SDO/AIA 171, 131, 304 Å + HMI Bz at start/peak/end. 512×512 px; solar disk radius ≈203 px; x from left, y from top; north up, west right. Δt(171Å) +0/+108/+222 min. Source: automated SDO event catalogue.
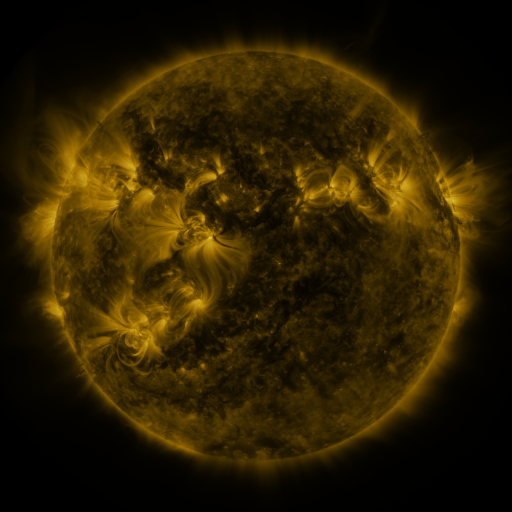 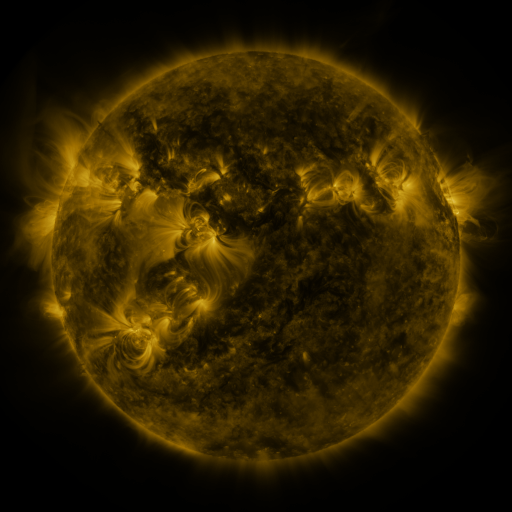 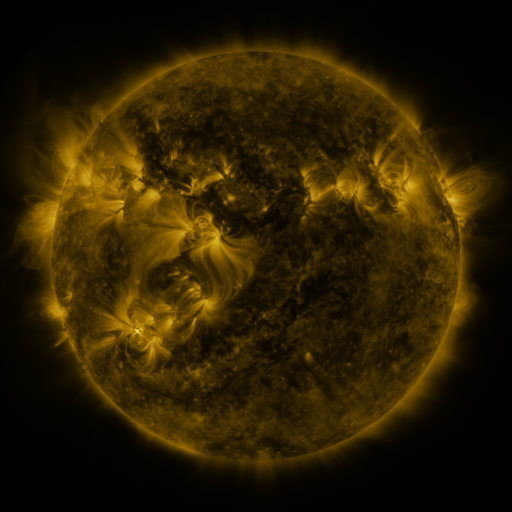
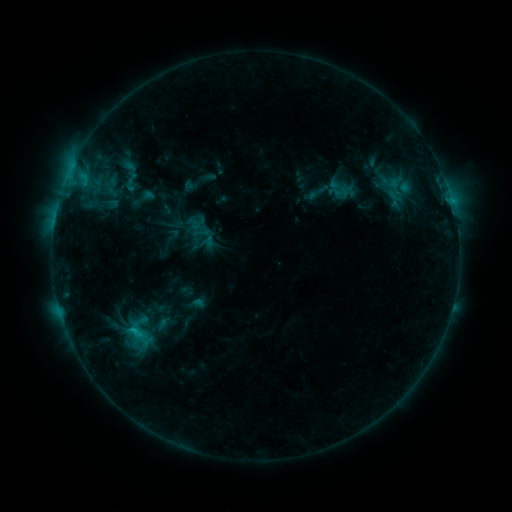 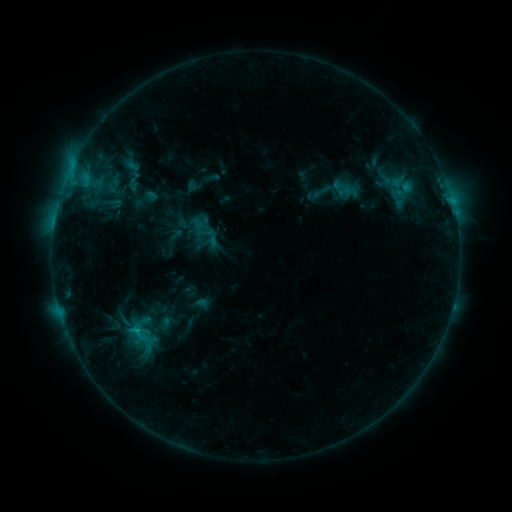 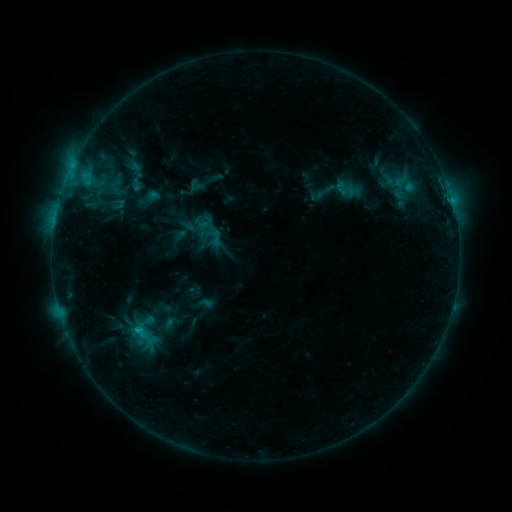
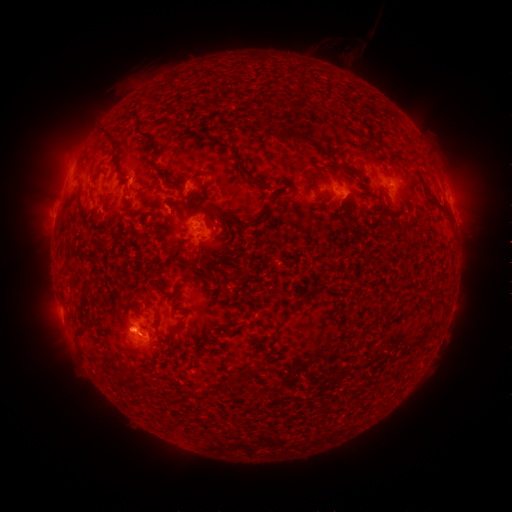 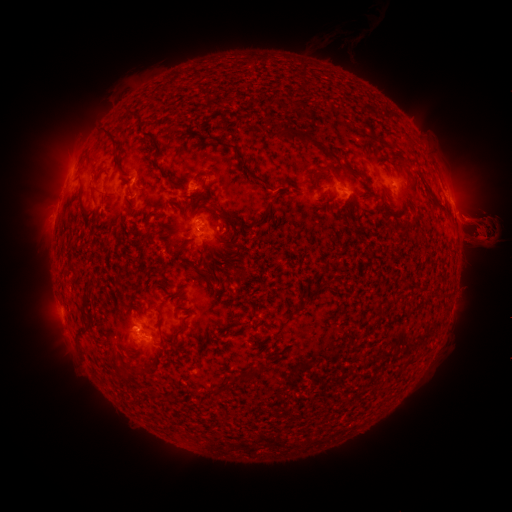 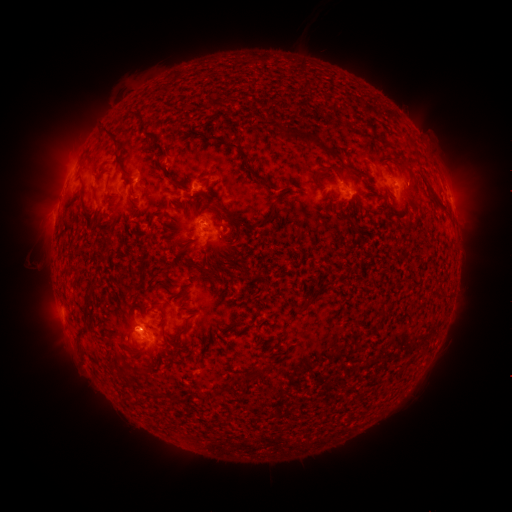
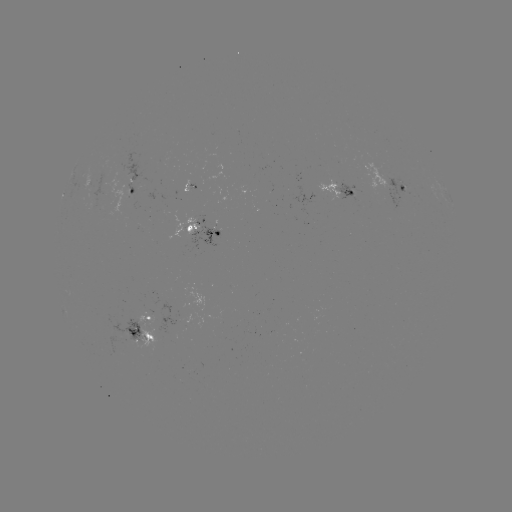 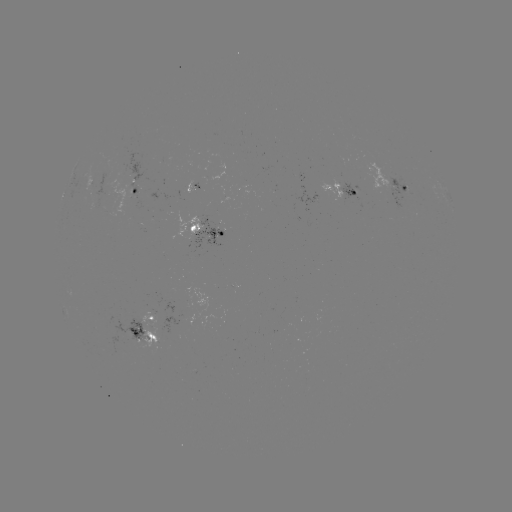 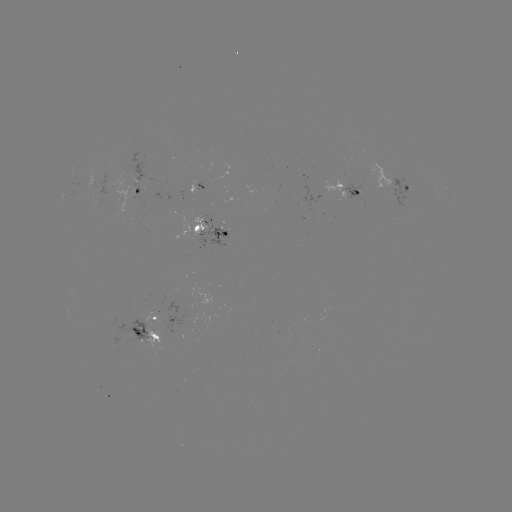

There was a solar filament eruption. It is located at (482, 240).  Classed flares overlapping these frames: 1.